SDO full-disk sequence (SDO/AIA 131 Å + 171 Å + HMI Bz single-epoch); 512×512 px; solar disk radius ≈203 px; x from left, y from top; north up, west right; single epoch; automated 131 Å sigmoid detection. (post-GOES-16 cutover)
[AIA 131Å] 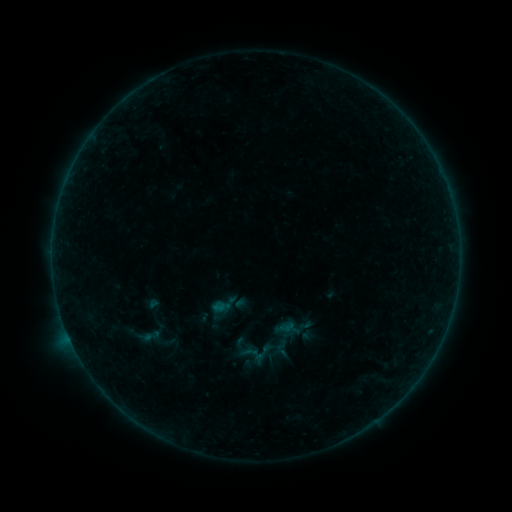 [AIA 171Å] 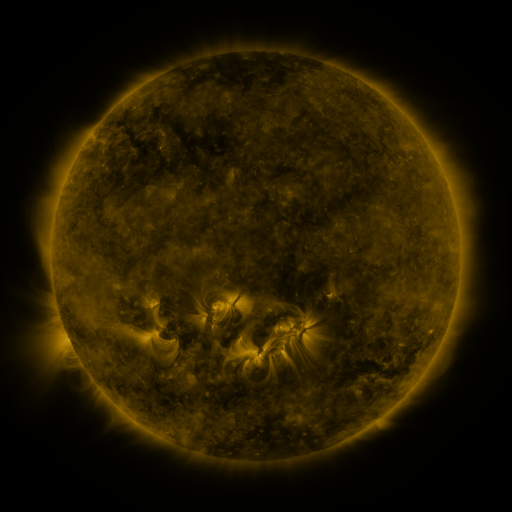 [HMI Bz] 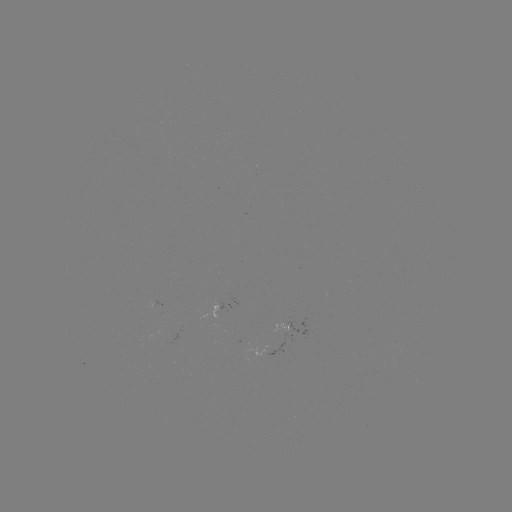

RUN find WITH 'sigmoid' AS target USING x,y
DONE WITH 282,348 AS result